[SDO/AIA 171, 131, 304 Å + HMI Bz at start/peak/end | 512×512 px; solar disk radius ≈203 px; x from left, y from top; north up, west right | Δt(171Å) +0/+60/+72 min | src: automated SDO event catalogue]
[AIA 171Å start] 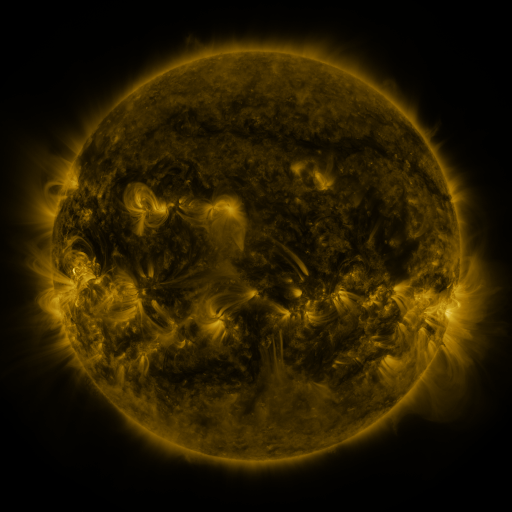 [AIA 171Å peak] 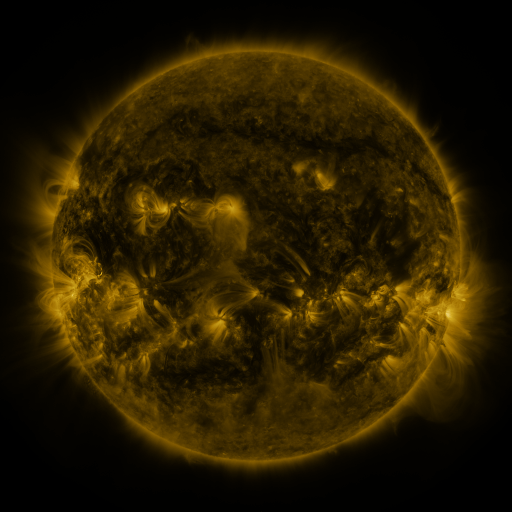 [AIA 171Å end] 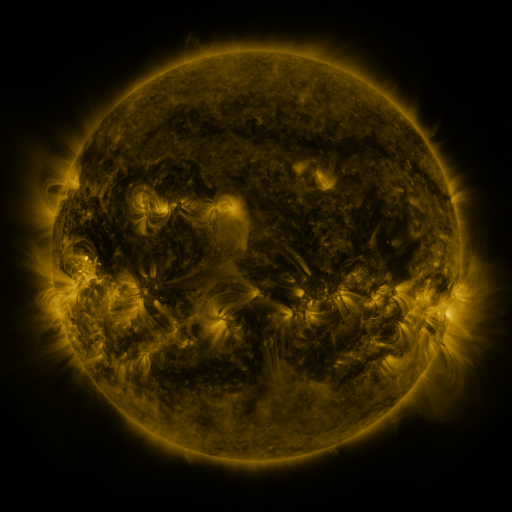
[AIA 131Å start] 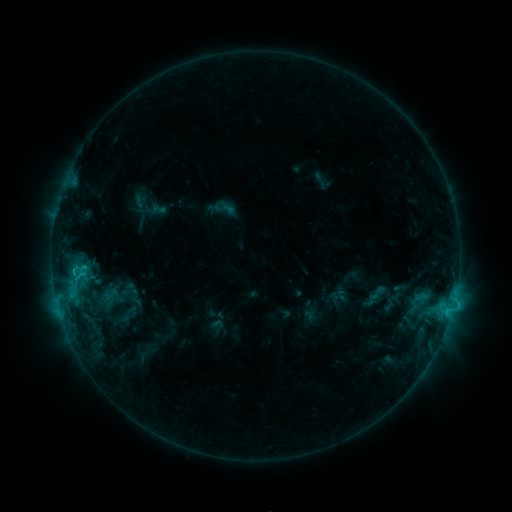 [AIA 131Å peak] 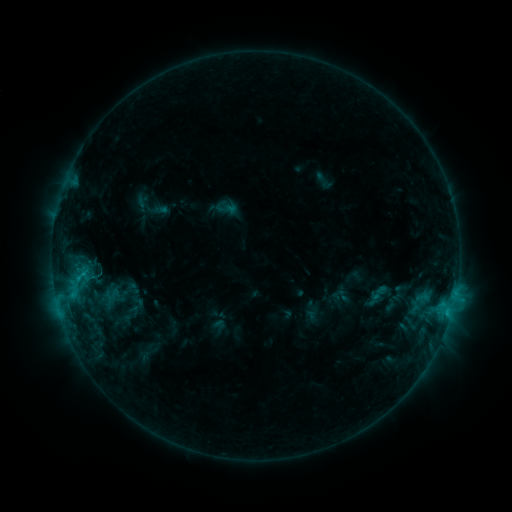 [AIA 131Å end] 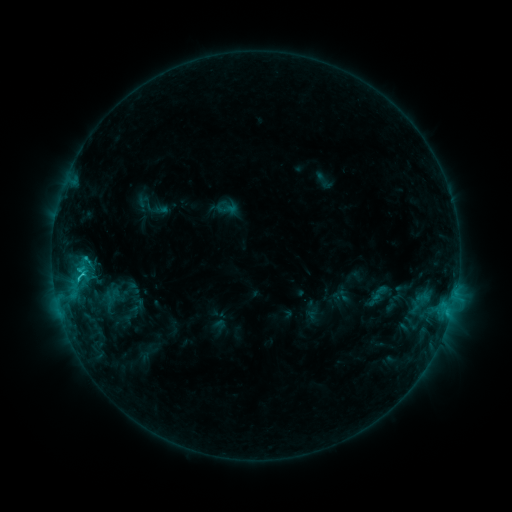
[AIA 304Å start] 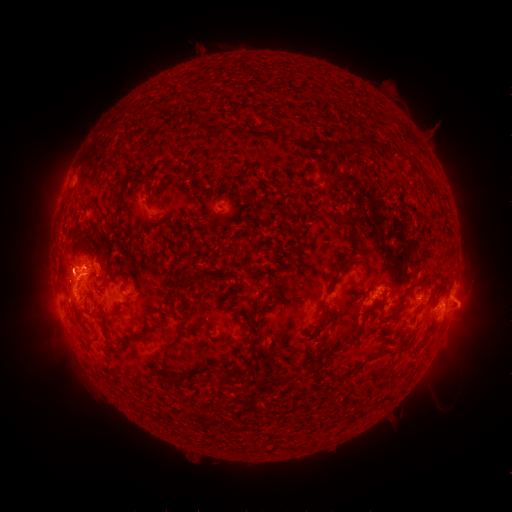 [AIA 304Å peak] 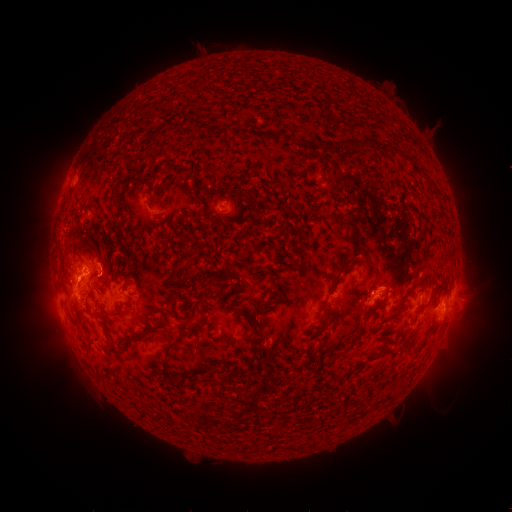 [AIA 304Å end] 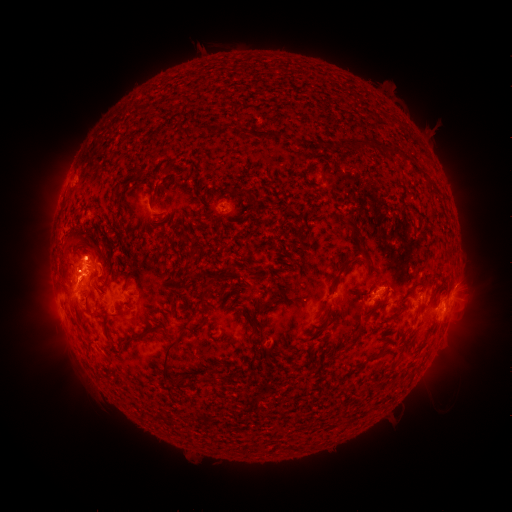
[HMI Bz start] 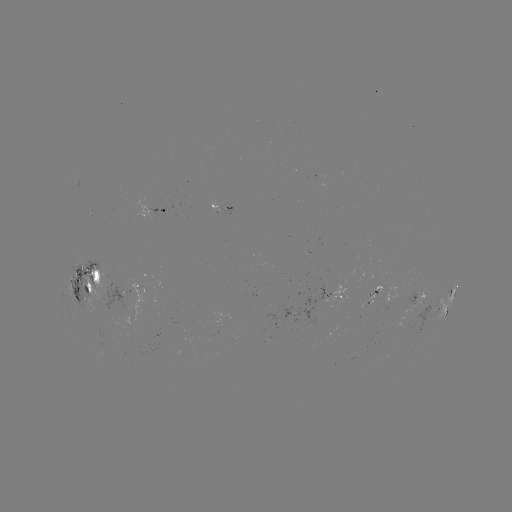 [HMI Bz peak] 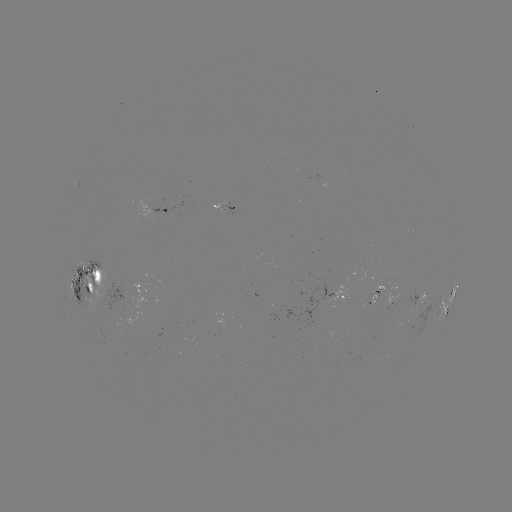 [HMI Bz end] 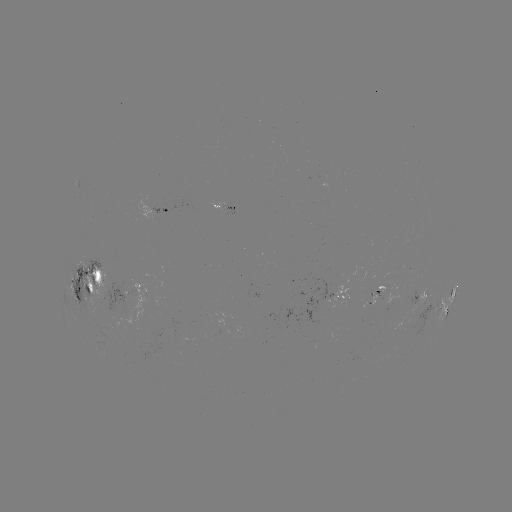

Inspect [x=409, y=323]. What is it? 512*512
emerging-flux region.